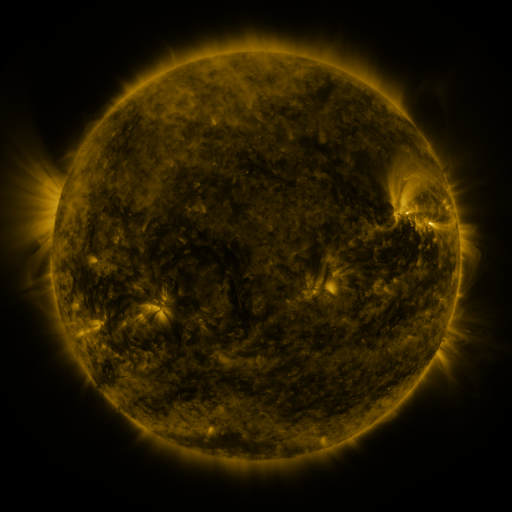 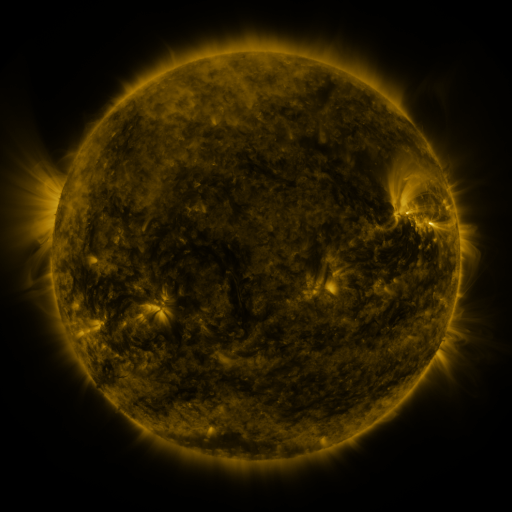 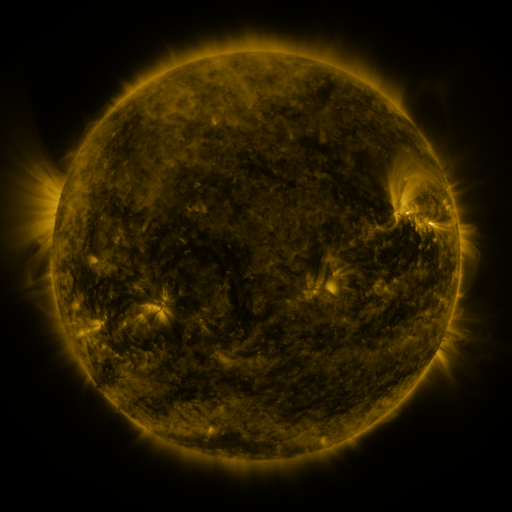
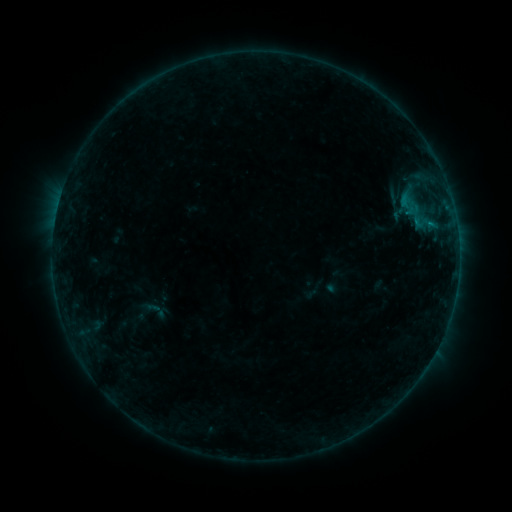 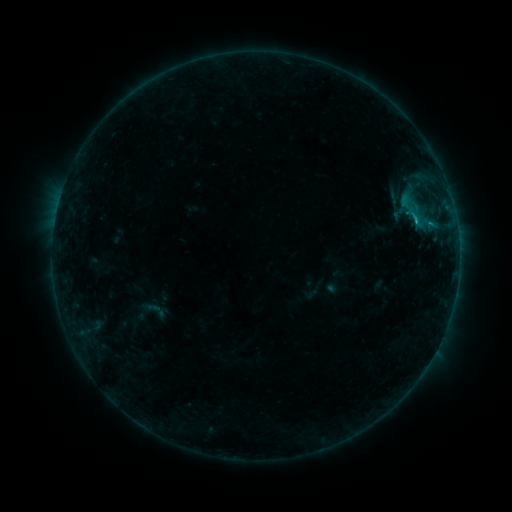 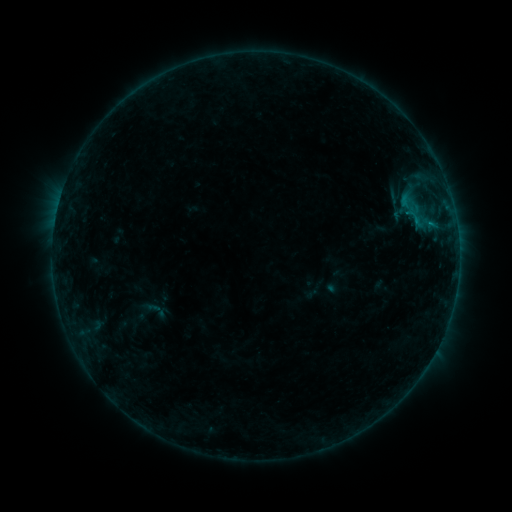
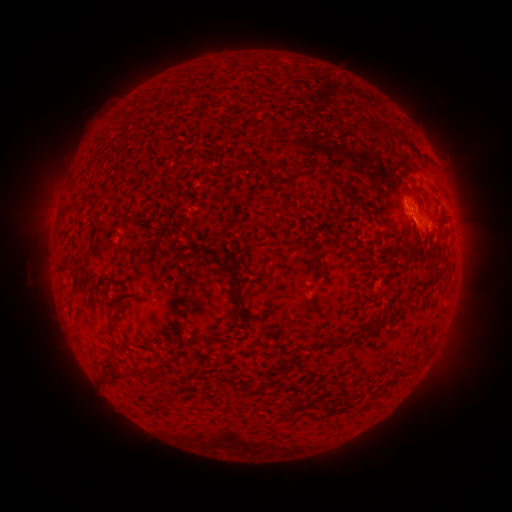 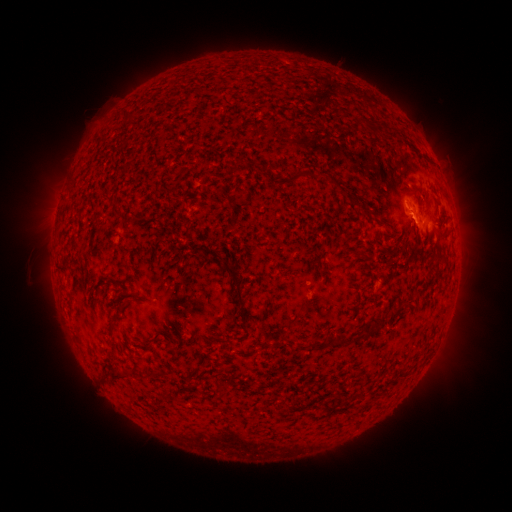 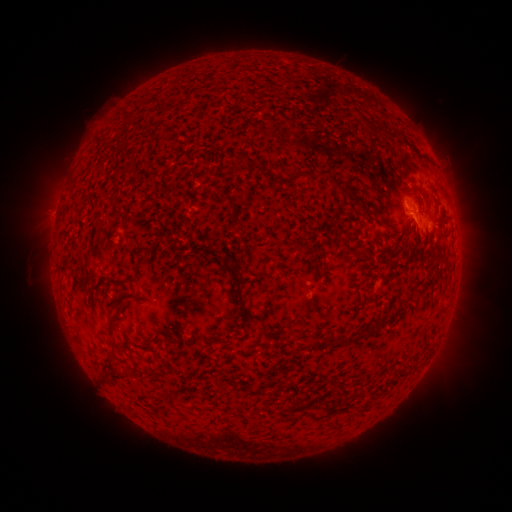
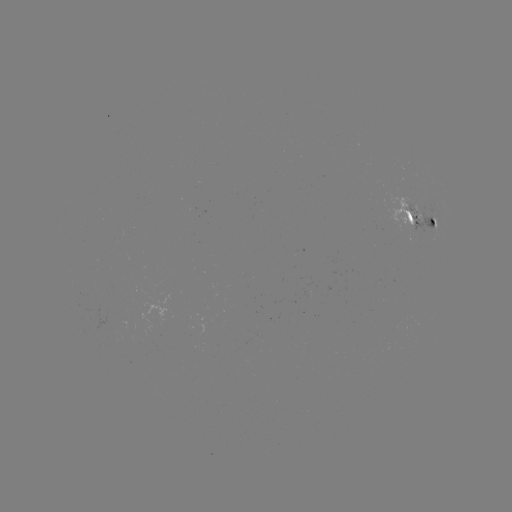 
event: flare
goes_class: B6.1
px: (415, 221)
